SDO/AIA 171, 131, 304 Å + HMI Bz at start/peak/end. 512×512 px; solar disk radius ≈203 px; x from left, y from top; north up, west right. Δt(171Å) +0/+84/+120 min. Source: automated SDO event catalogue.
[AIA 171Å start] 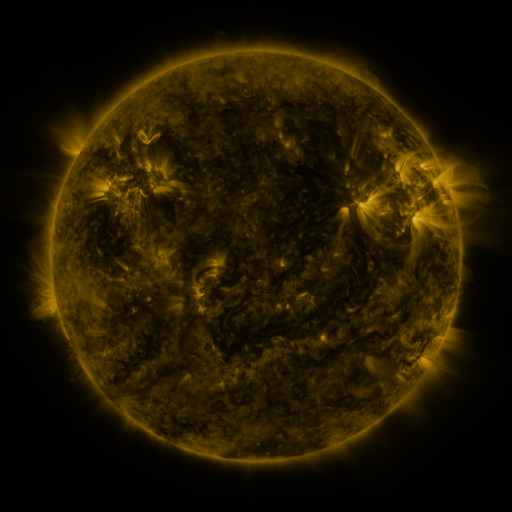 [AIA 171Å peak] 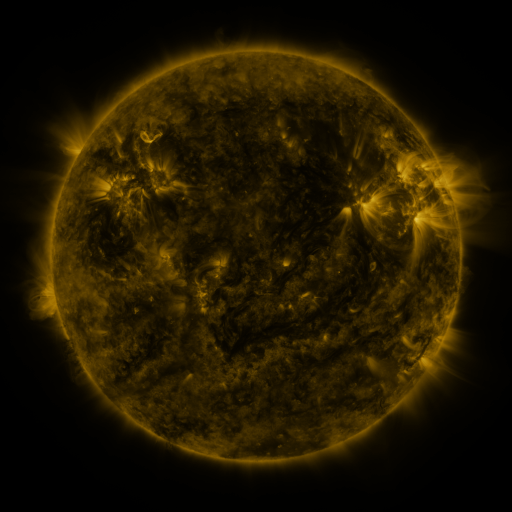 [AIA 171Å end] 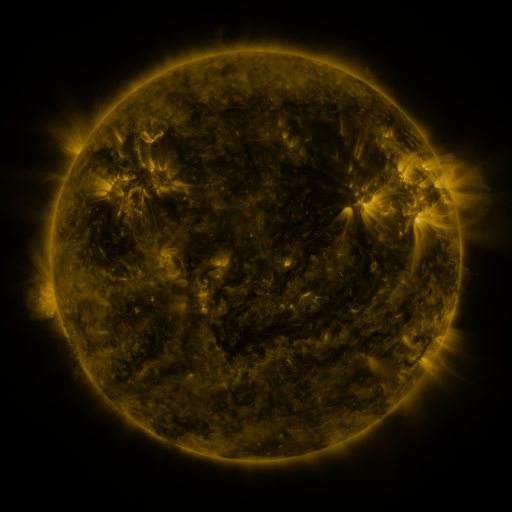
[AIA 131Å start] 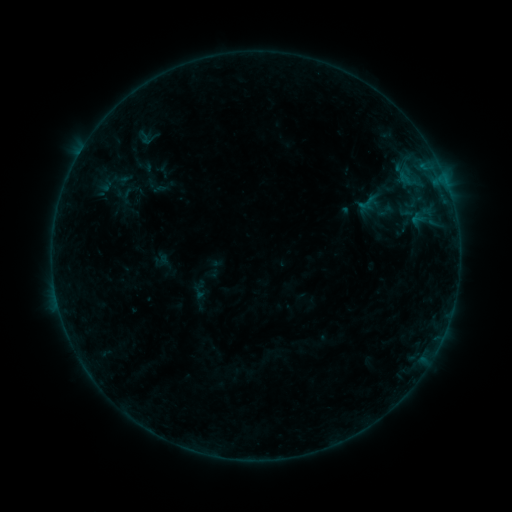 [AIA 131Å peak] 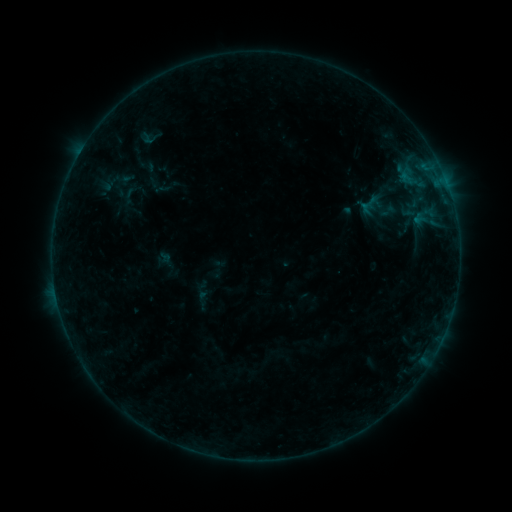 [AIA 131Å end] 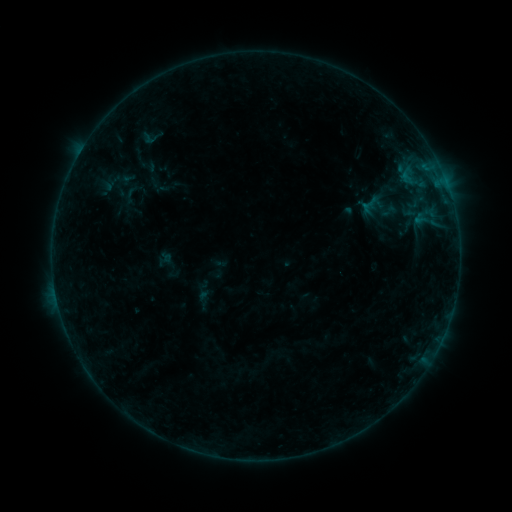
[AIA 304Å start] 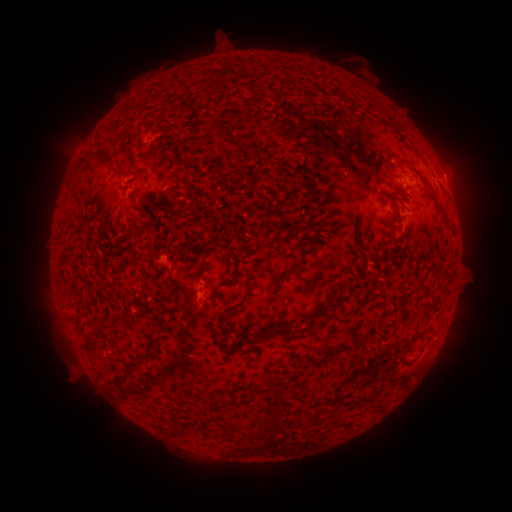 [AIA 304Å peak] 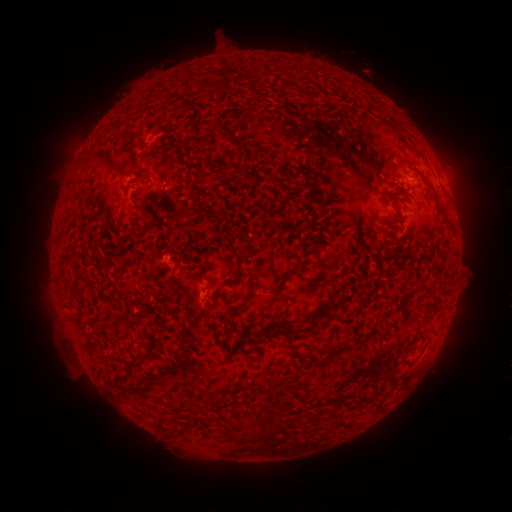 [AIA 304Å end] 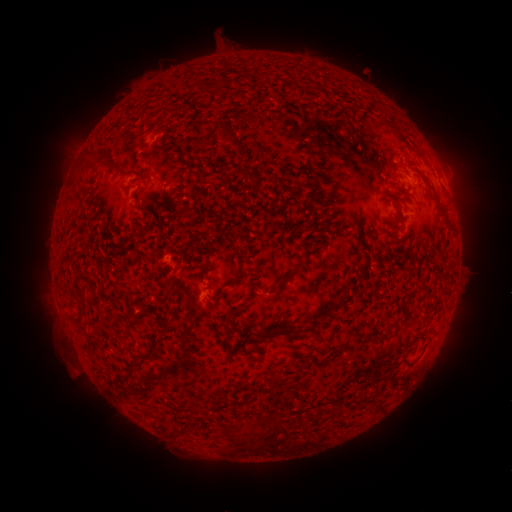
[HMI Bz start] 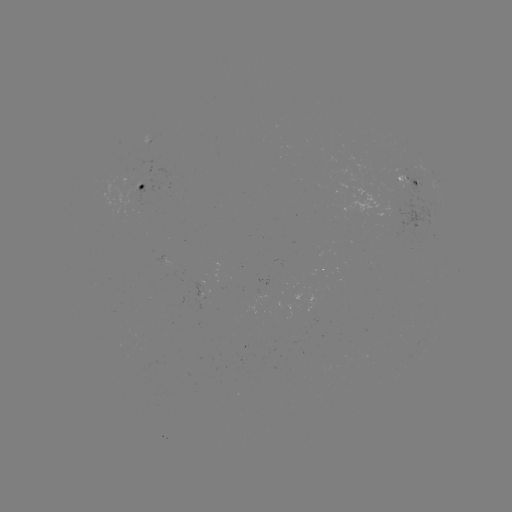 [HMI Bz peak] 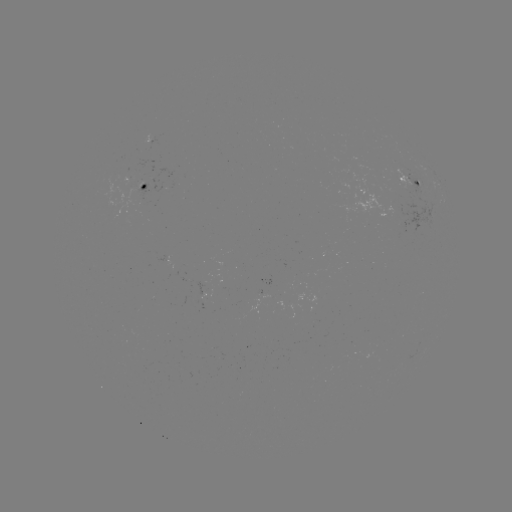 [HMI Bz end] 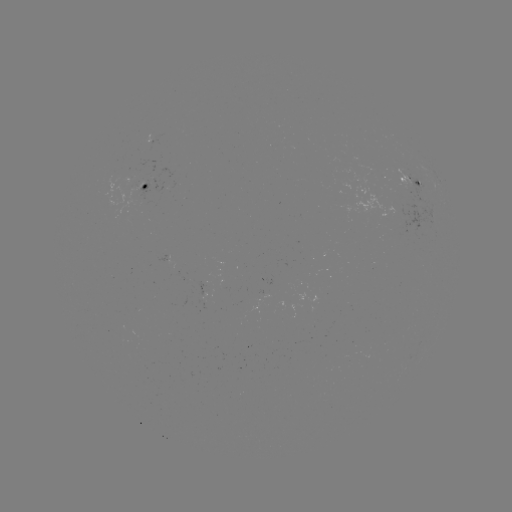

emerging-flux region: (196, 285, 212, 300)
